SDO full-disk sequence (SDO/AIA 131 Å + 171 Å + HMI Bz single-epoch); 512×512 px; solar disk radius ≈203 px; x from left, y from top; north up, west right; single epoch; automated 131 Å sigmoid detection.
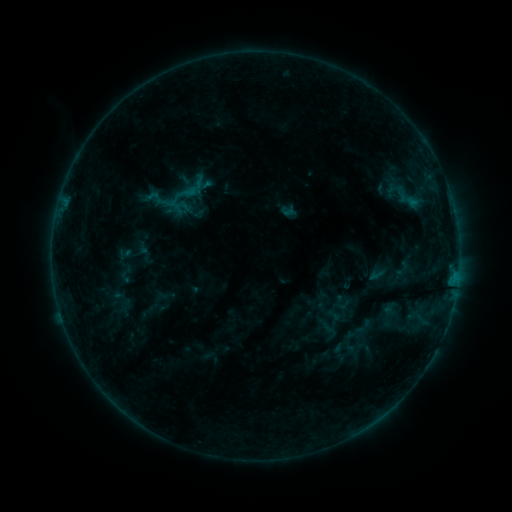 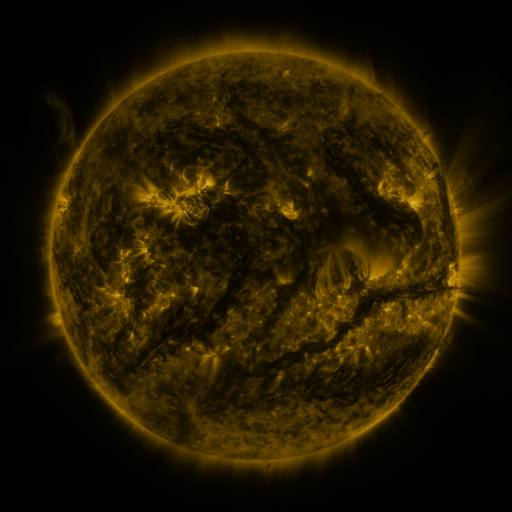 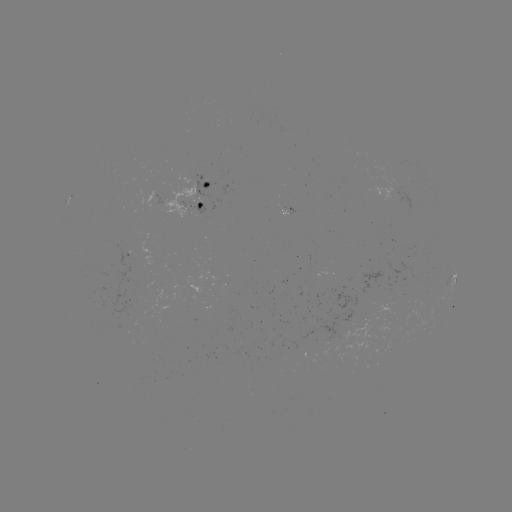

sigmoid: [162, 170, 211, 218]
